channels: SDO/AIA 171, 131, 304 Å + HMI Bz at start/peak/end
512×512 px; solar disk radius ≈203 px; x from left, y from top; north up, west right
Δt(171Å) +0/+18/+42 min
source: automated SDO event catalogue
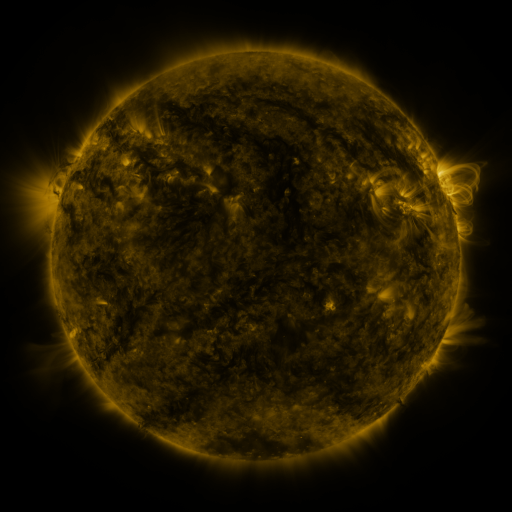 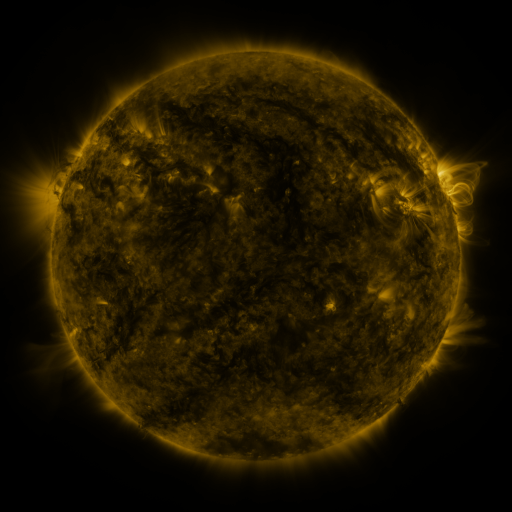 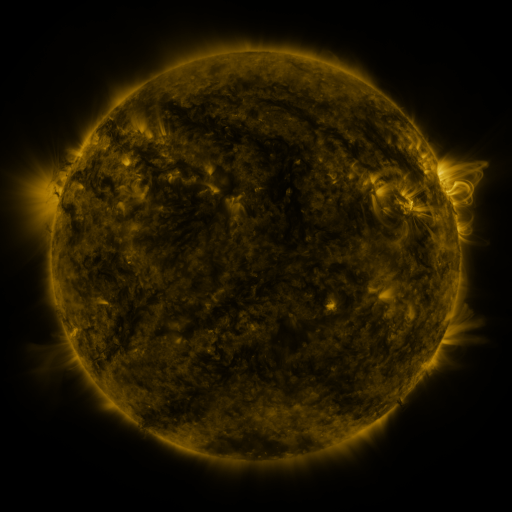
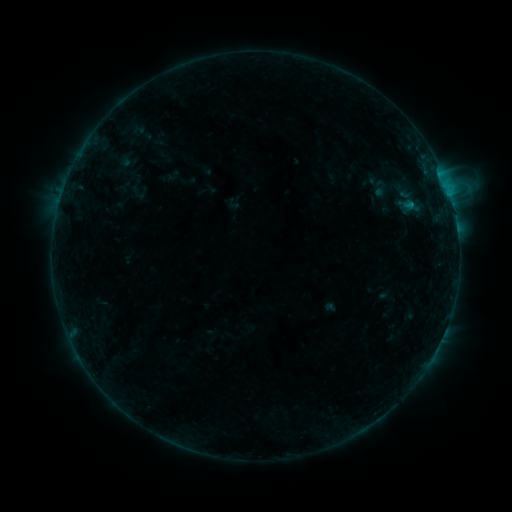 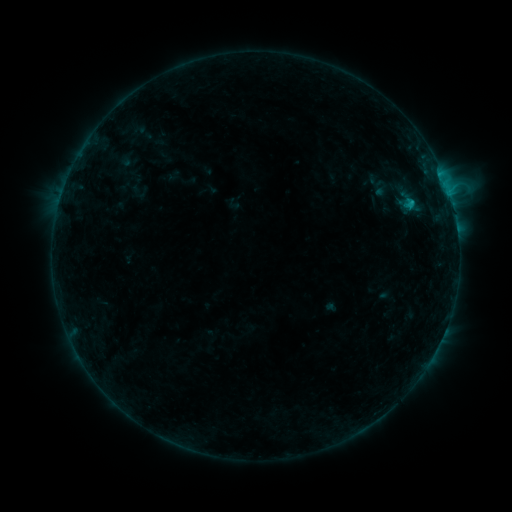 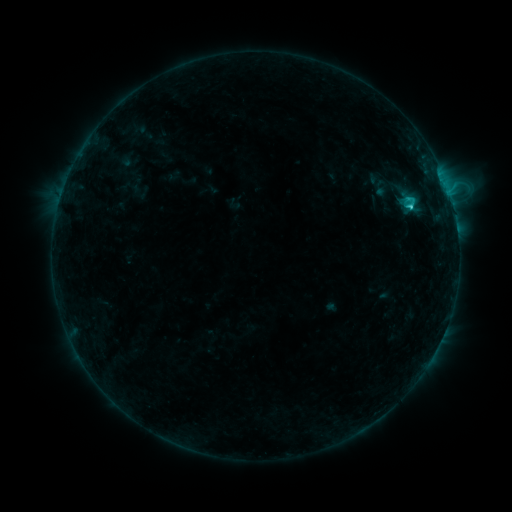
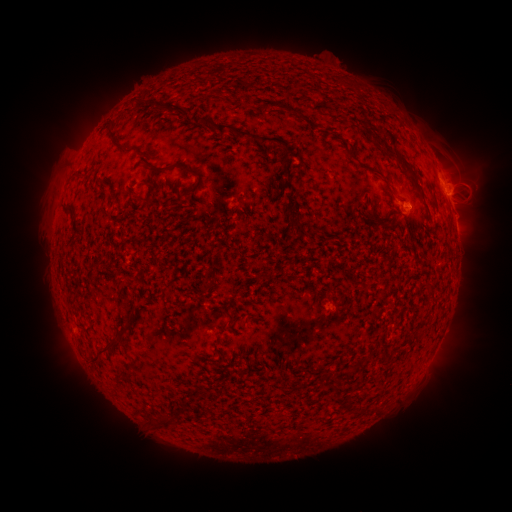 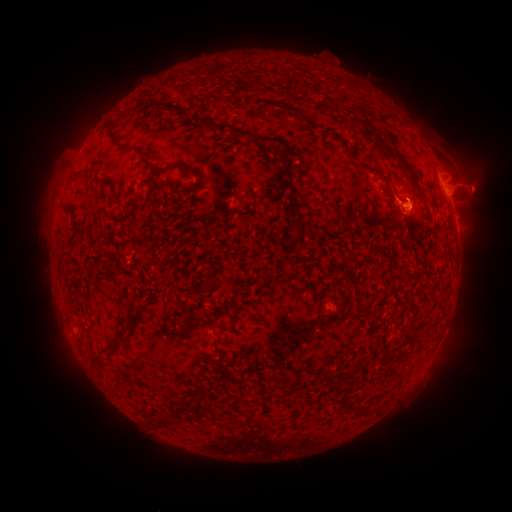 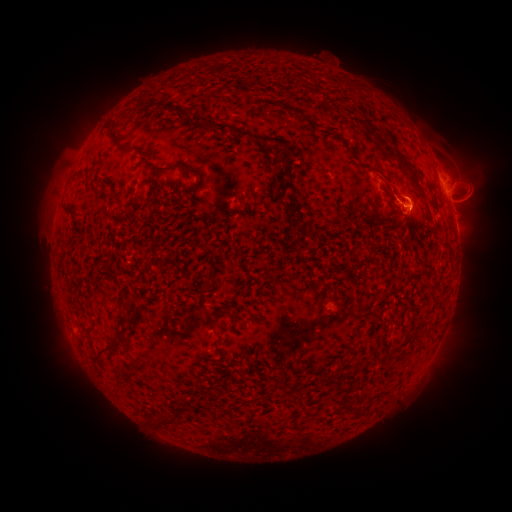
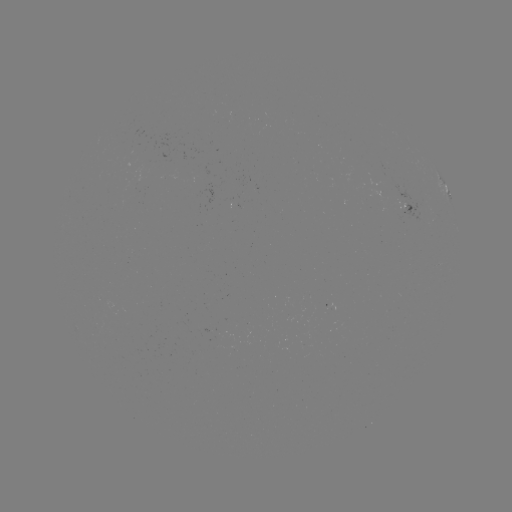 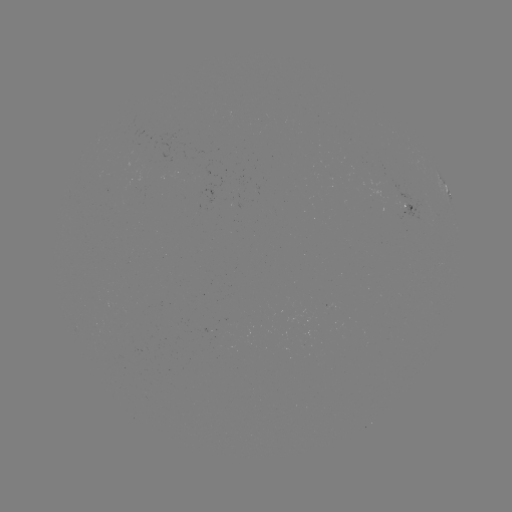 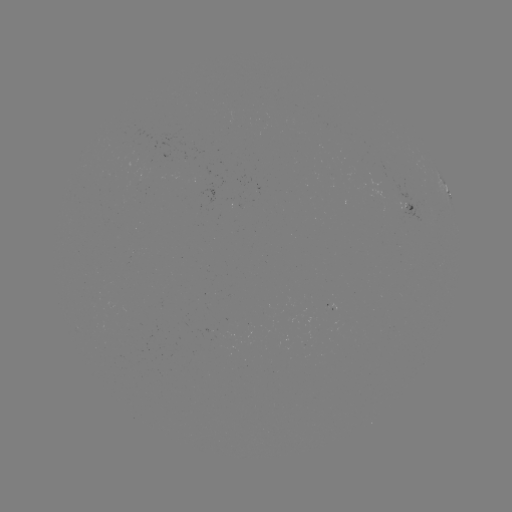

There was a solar eruption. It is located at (475, 189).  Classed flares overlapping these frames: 1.